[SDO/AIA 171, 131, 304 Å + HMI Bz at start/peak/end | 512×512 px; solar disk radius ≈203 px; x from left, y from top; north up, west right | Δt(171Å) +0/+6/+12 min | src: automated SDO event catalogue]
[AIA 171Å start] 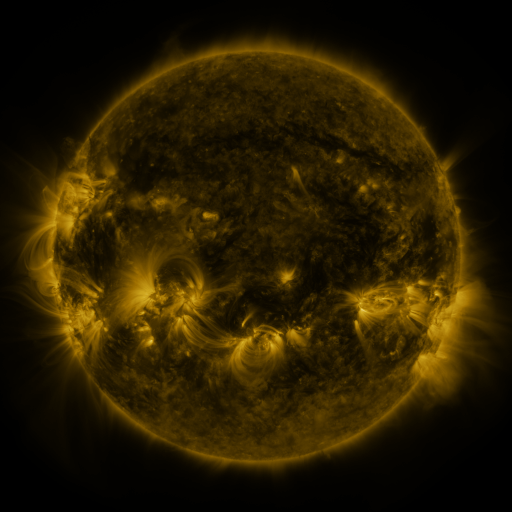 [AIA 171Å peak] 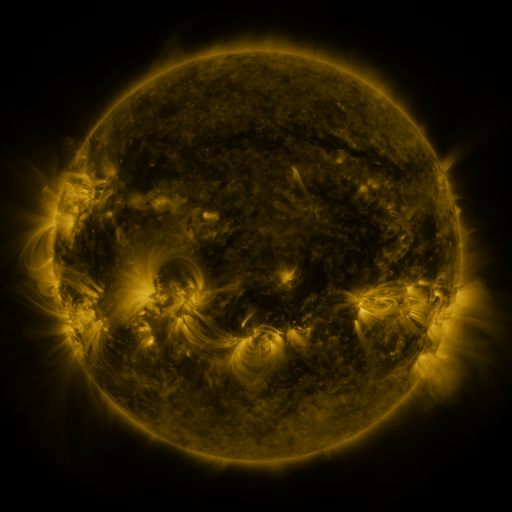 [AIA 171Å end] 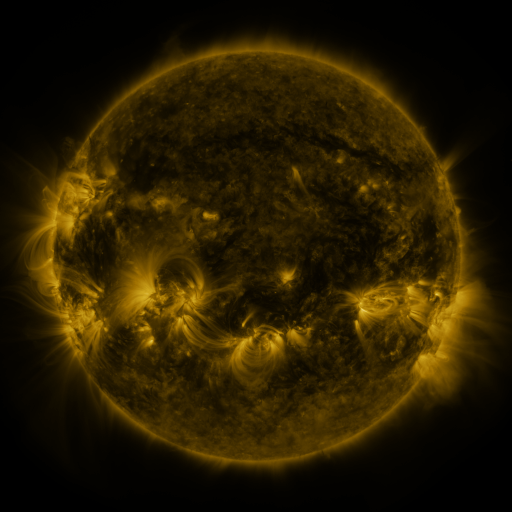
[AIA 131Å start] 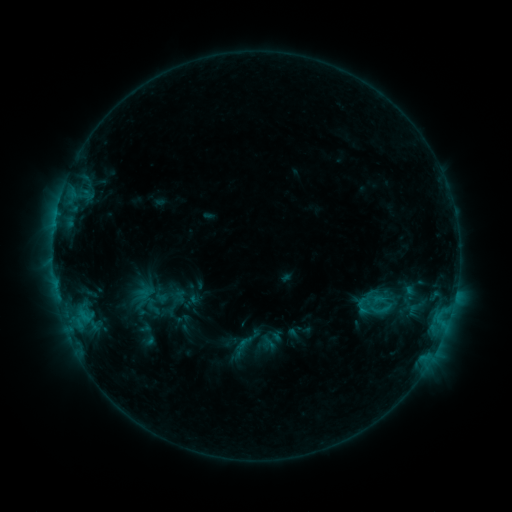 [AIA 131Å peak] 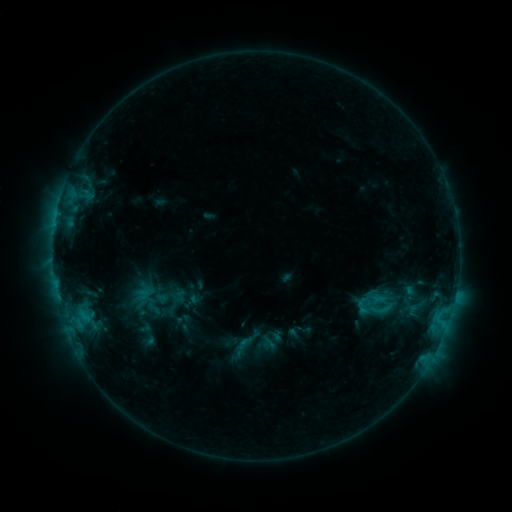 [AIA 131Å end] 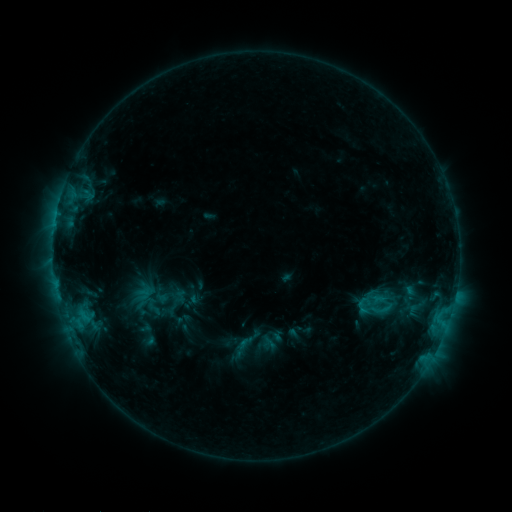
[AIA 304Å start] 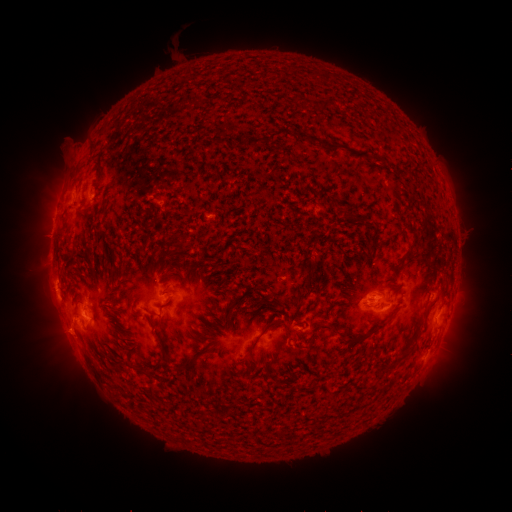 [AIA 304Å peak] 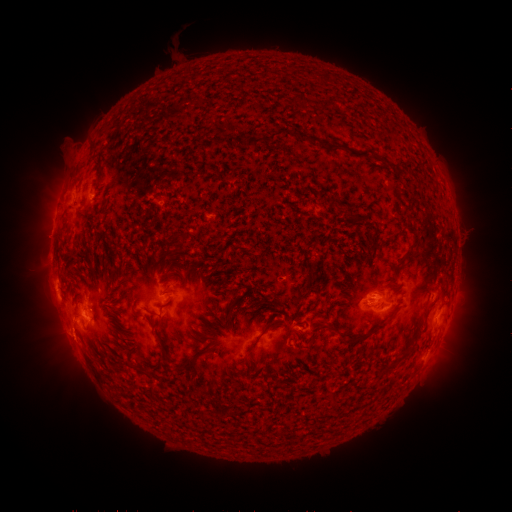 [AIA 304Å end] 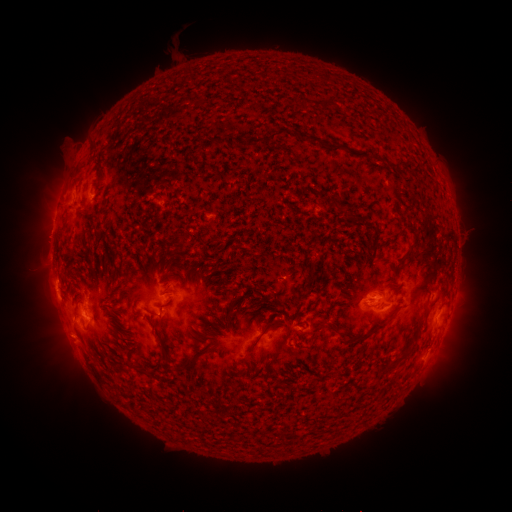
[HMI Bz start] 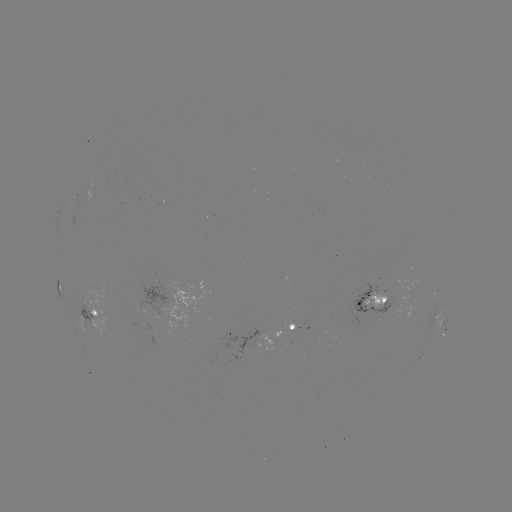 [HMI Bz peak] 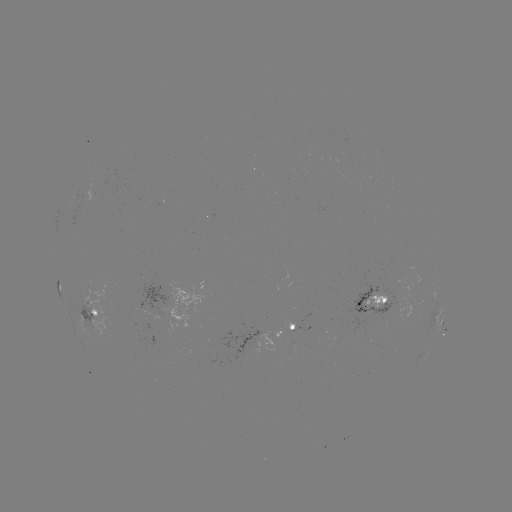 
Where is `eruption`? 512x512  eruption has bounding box [14, 333, 30, 356].